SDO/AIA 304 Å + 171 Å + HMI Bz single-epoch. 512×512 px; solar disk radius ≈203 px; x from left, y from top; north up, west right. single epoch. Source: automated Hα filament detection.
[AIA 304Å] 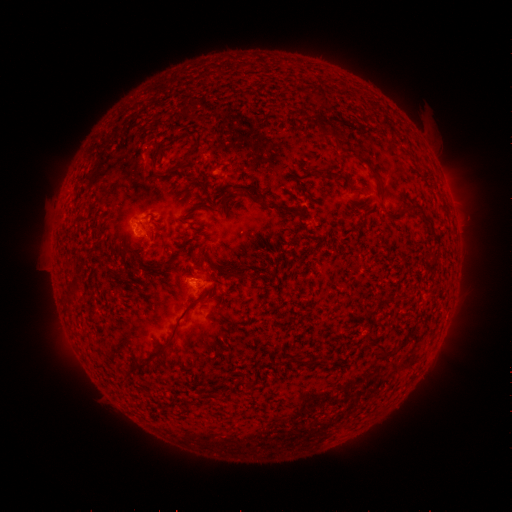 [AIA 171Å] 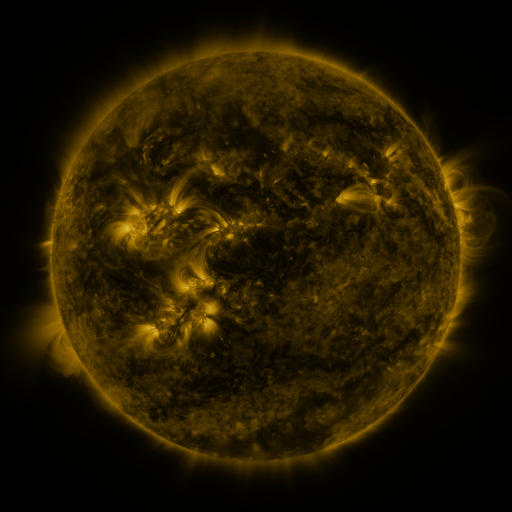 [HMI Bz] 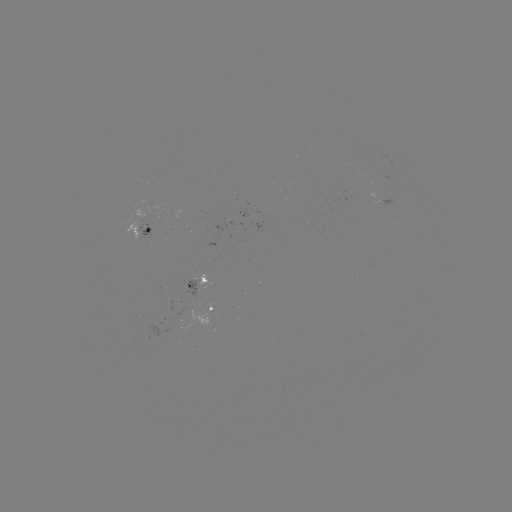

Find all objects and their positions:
filament: <bbox>360, 159, 384, 185</bbox>
filament: <bbox>168, 164, 180, 173</bbox>
filament: <bbox>310, 169, 339, 179</bbox>
filament: <bbox>236, 183, 263, 200</bbox>
filament: <bbox>266, 203, 297, 217</bbox>
filament: <bbox>410, 204, 433, 228</bbox>
filament: <bbox>389, 213, 402, 222</bbox>
filament: <bbox>121, 237, 128, 248</bbox>
filament: <bbox>206, 248, 216, 261</bbox>
filament: <bbox>162, 254, 180, 265</bbox>
filament: <bbox>220, 269, 244, 279</bbox>
filament: <bbox>70, 275, 80, 284</bbox>
filament: <bbox>394, 292, 404, 301</bbox>
filament: <bbox>162, 301, 195, 347</bbox>
filament: <bbox>366, 334, 375, 346</bbox>
filament: <bbox>295, 354, 313, 367</bbox>
filament: <bbox>133, 358, 148, 368</bbox>
filament: <bbox>244, 379, 252, 388</bbox>
